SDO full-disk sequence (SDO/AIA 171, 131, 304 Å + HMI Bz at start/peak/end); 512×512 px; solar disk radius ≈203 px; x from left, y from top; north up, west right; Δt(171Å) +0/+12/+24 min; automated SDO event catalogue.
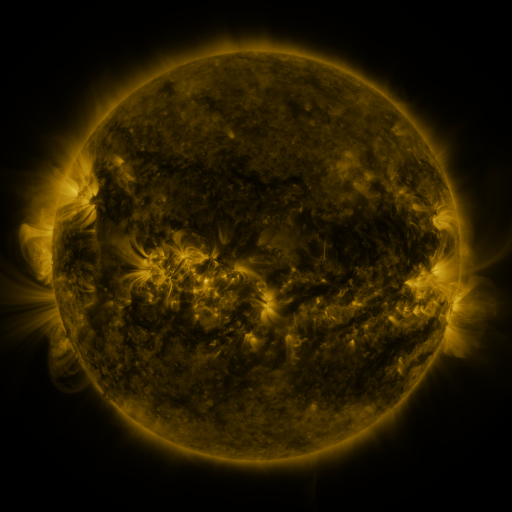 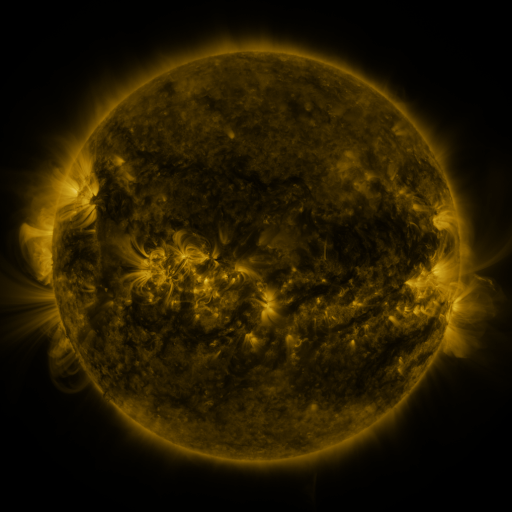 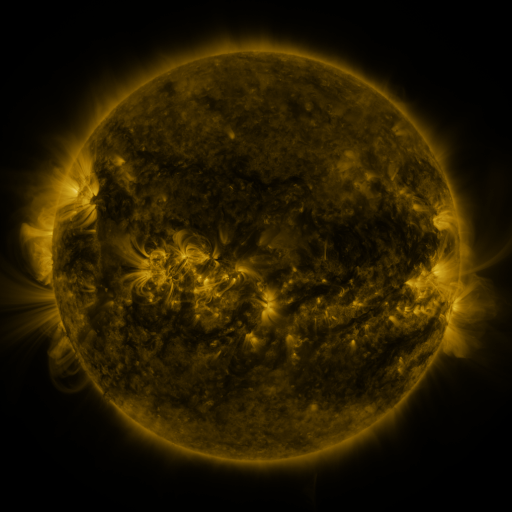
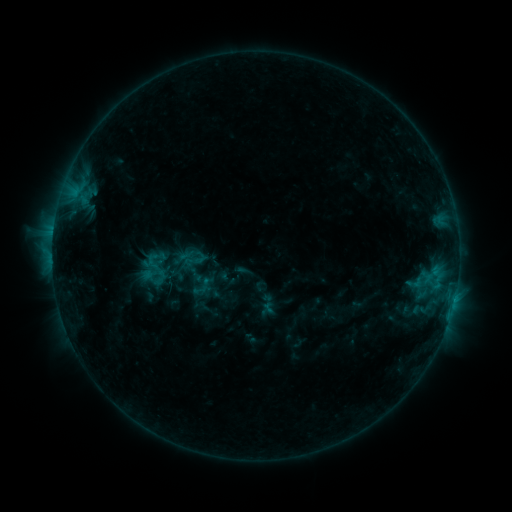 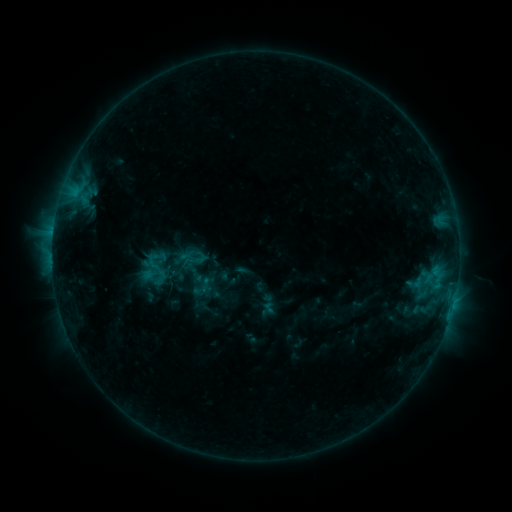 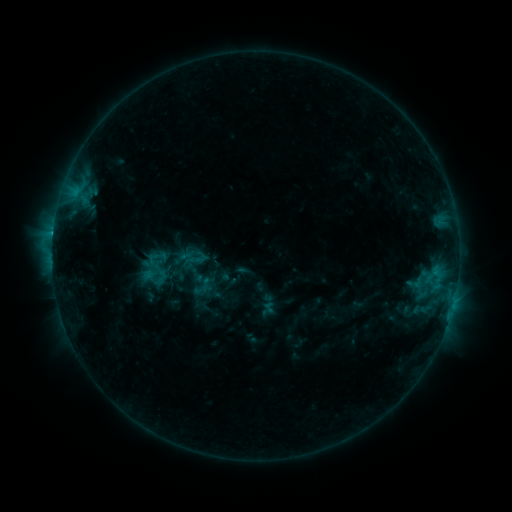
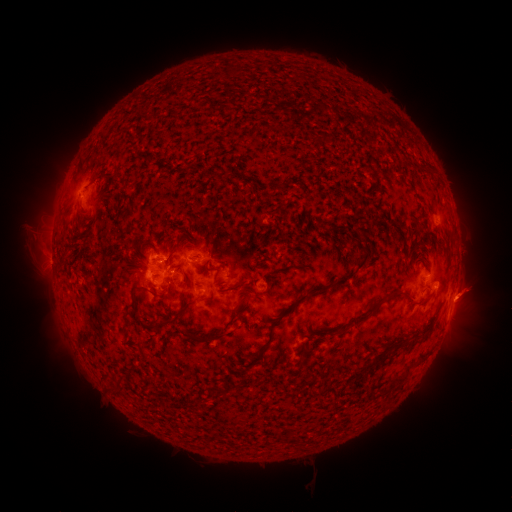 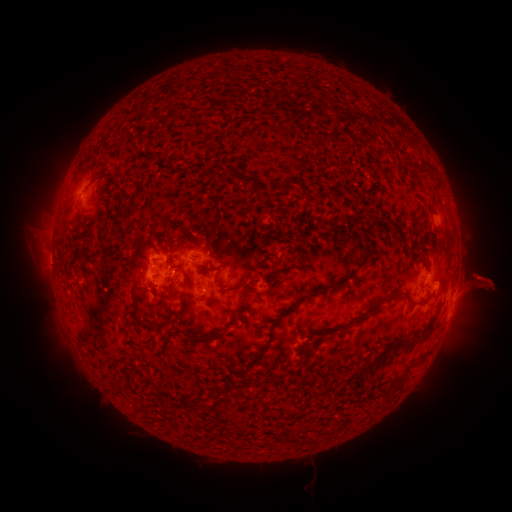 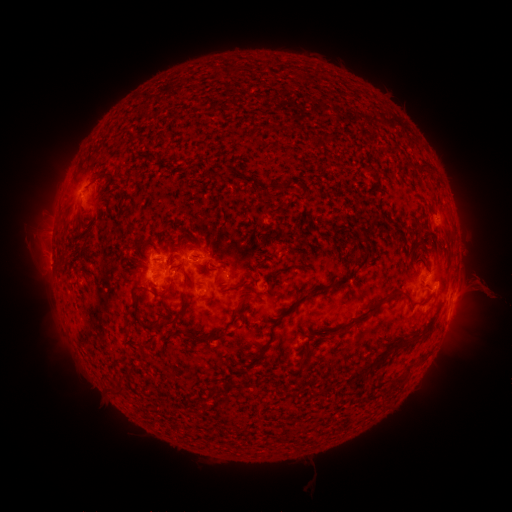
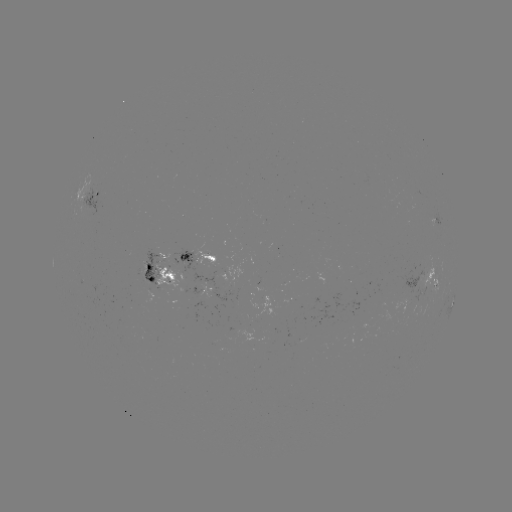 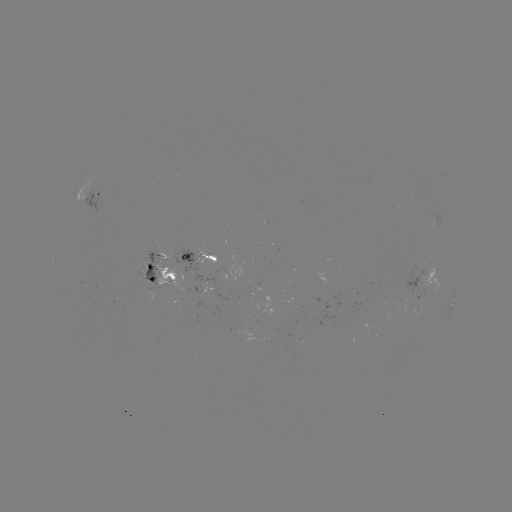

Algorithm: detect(eruption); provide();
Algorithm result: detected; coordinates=480,287